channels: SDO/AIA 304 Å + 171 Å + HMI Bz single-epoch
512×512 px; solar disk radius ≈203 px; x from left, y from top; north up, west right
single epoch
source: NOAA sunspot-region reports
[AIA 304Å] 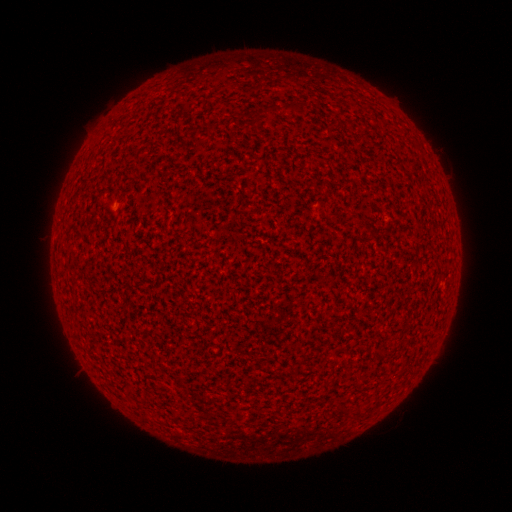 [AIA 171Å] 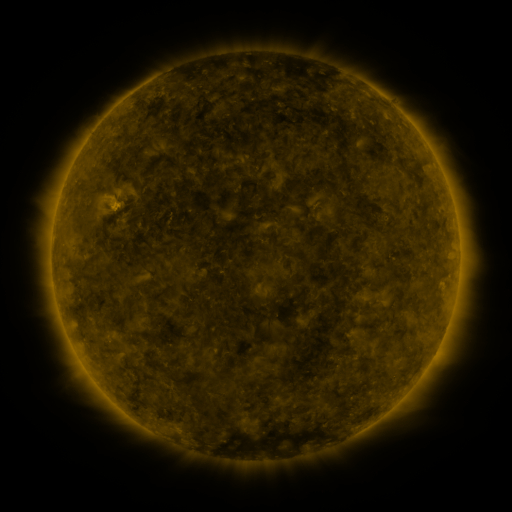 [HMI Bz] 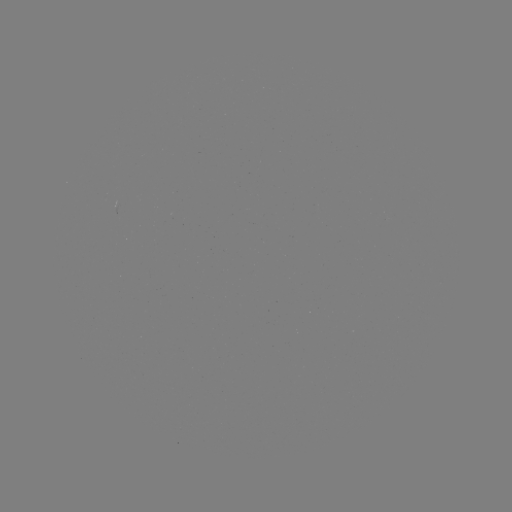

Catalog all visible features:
(none)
